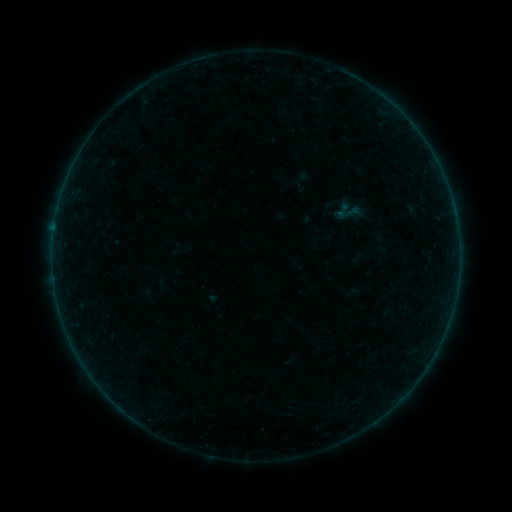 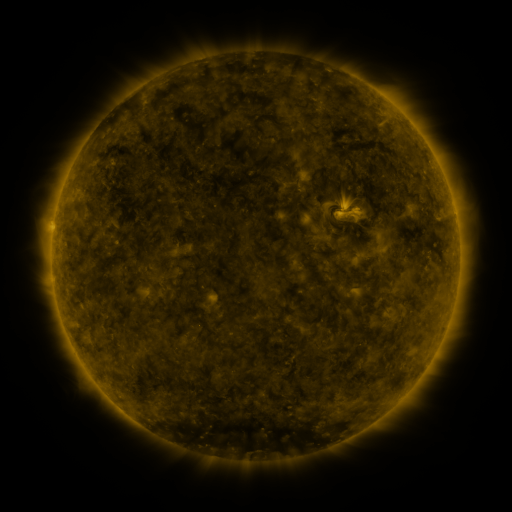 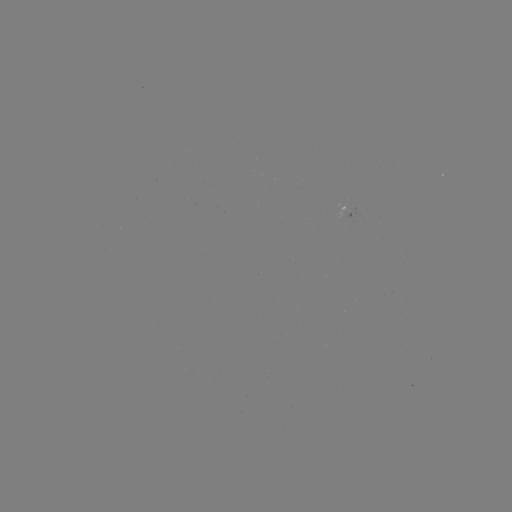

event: sigmoid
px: (349, 212)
